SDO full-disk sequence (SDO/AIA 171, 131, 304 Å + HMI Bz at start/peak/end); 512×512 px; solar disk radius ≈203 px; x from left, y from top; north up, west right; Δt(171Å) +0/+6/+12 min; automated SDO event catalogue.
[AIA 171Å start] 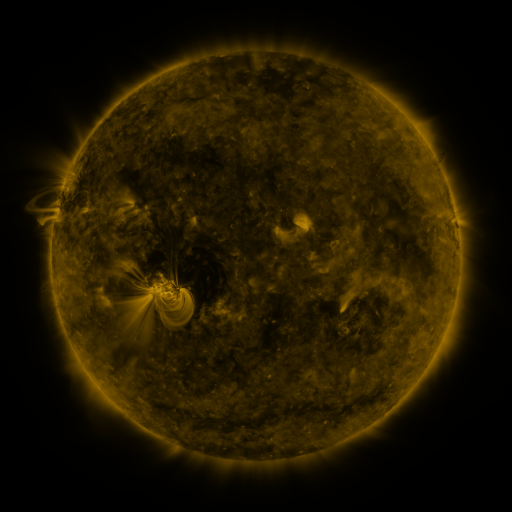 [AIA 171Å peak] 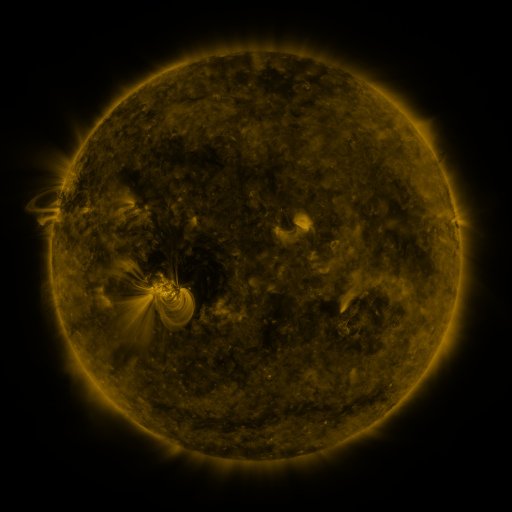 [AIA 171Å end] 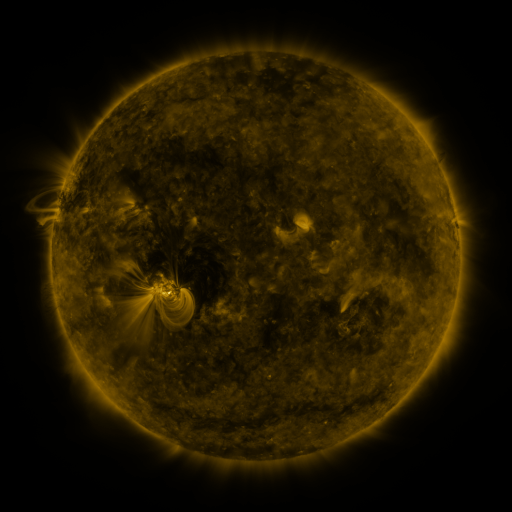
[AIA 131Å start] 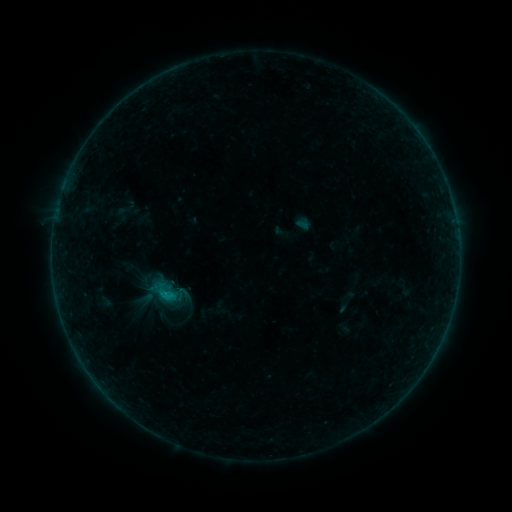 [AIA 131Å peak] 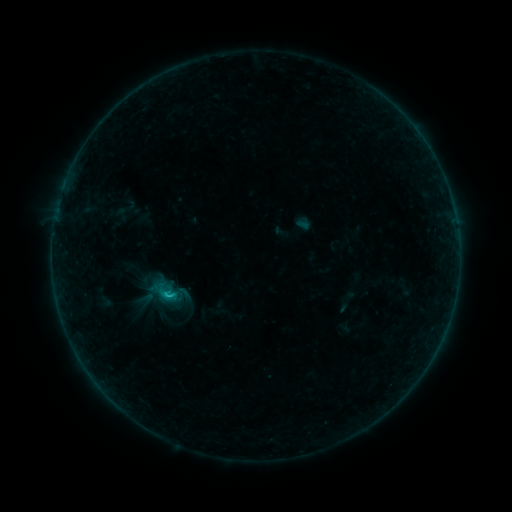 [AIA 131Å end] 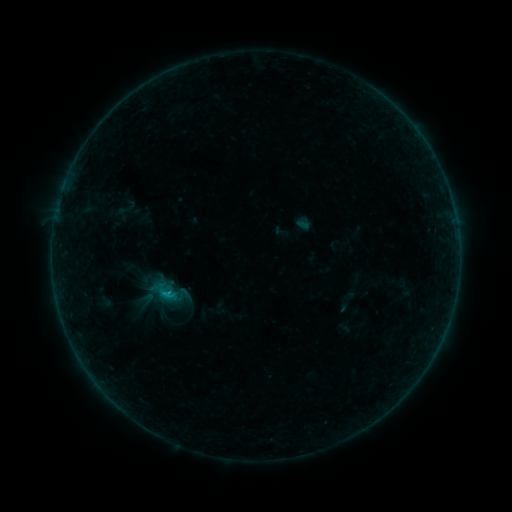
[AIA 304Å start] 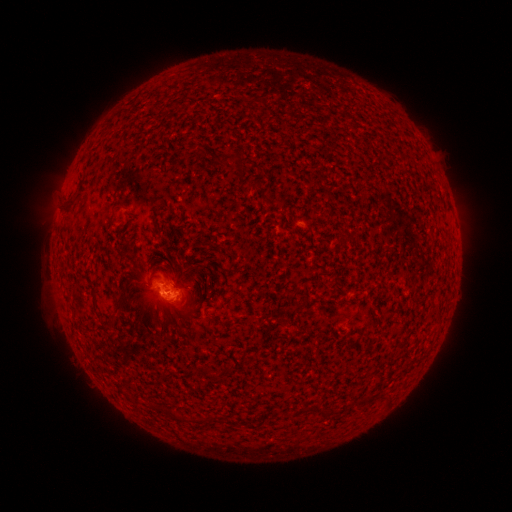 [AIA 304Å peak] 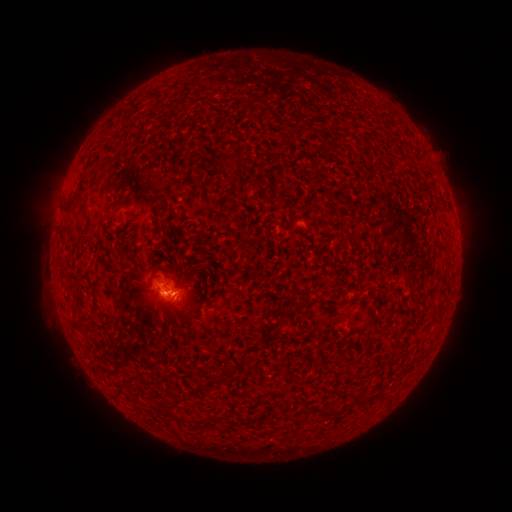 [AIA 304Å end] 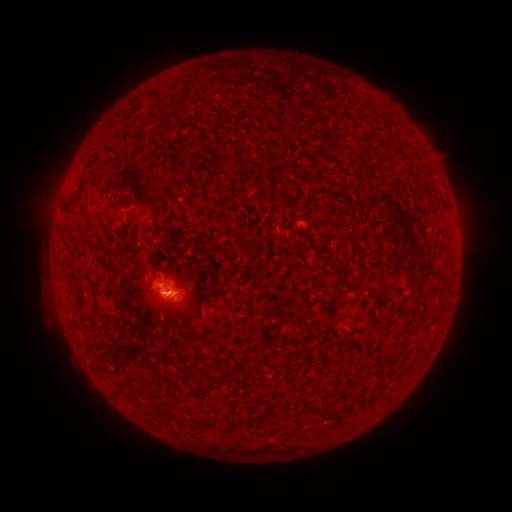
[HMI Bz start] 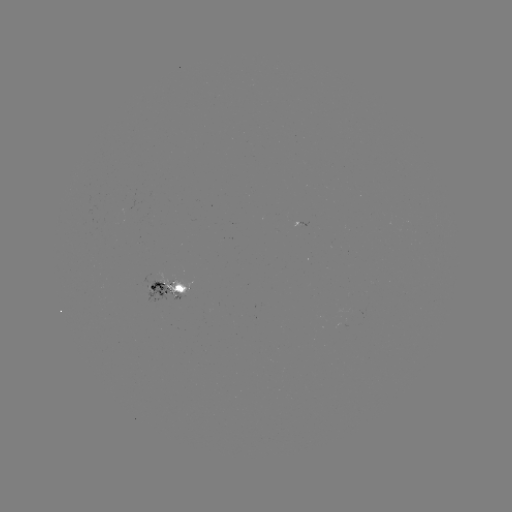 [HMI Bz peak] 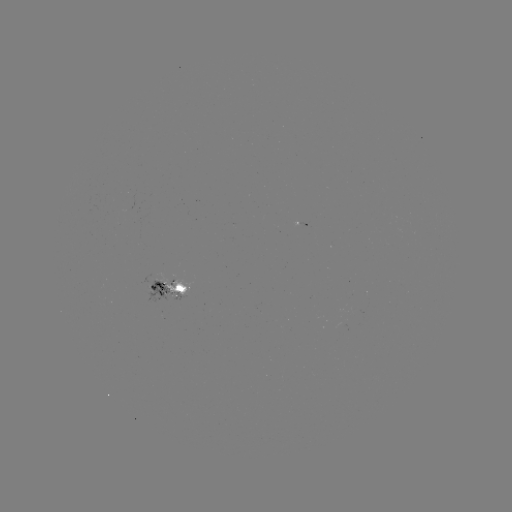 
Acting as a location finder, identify B7.0 flare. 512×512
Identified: [167, 292].